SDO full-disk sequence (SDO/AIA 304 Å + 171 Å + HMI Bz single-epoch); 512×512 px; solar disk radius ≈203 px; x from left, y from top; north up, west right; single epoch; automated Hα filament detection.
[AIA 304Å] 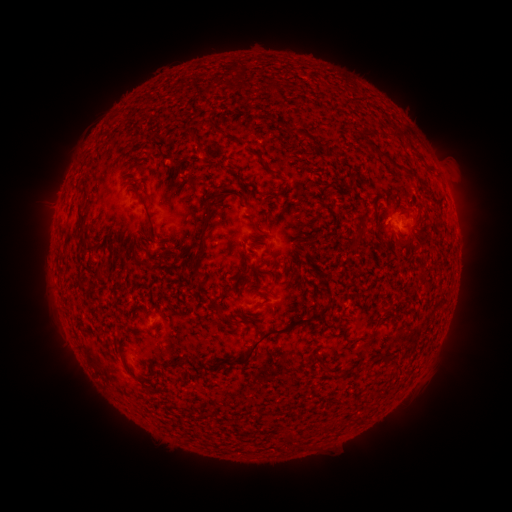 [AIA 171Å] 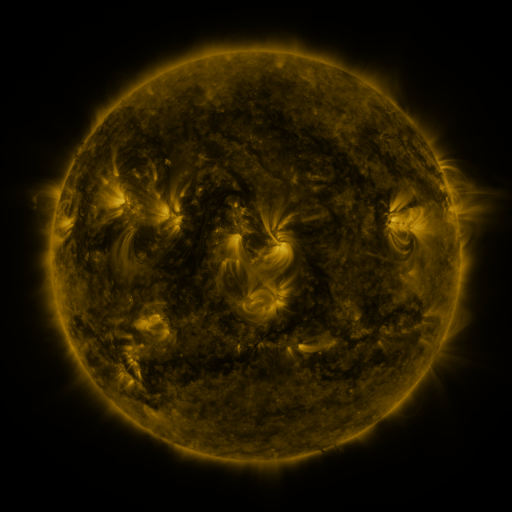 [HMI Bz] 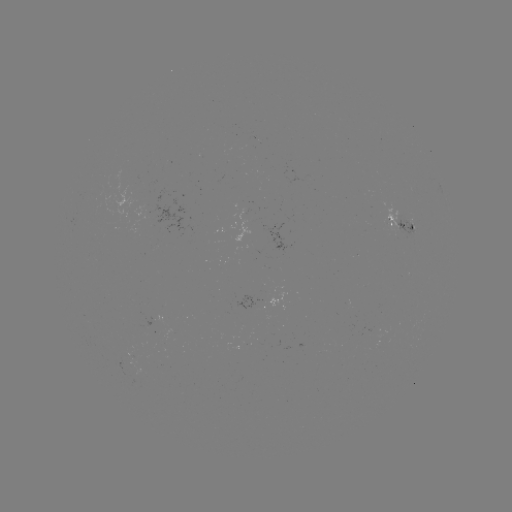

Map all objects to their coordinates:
filament: <bbox>207, 121, 240, 144</bbox>
filament: <bbox>281, 123, 307, 135</bbox>
filament: <bbox>390, 127, 401, 137</bbox>
filament: <bbox>184, 130, 194, 140</bbox>
filament: <bbox>377, 150, 401, 167</bbox>
filament: <bbox>165, 172, 176, 190</bbox>
filament: <bbox>323, 177, 340, 188</bbox>
filament: <bbox>129, 186, 154, 228</bbox>
filament: <bbox>236, 188, 248, 209</bbox>
filament: <bbox>259, 189, 278, 198</bbox>
filament: <bbox>192, 192, 229, 270</bbox>
filament: <bbox>75, 205, 88, 241</bbox>
filament: <bbox>363, 213, 375, 220</bbox>
filament: <bbox>250, 220, 266, 236</bbox>
filament: <bbox>351, 234, 362, 250</bbox>
filament: <bbox>246, 240, 259, 247</bbox>
filament: <bbox>274, 252, 289, 268</bbox>
filament: <bbox>97, 265, 106, 274</bbox>
filament: <bbox>178, 266, 185, 278</bbox>
filament: <bbox>191, 272, 202, 280</bbox>
filament: <bbox>298, 281, 305, 294</bbox>
filament: <bbox>223, 284, 334, 367</bbox>
filament: <bbox>215, 302, 225, 321</bbox>
filament: <bbox>162, 358, 184, 372</bbox>
filament: <bbox>125, 364, 153, 392</bbox>
filament: <bbox>326, 366, 345, 377</bbox>
filament: <bbox>285, 431, 298, 441</bbox>
